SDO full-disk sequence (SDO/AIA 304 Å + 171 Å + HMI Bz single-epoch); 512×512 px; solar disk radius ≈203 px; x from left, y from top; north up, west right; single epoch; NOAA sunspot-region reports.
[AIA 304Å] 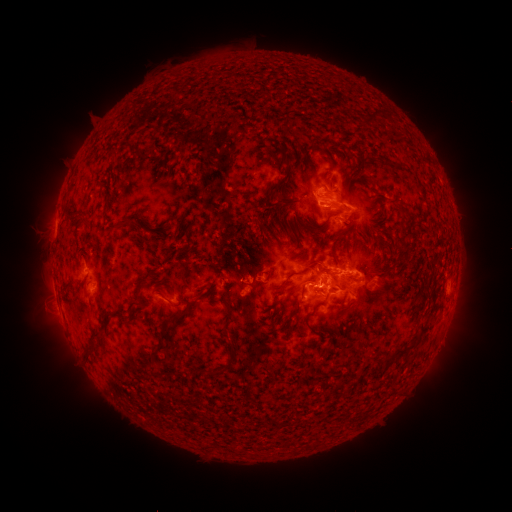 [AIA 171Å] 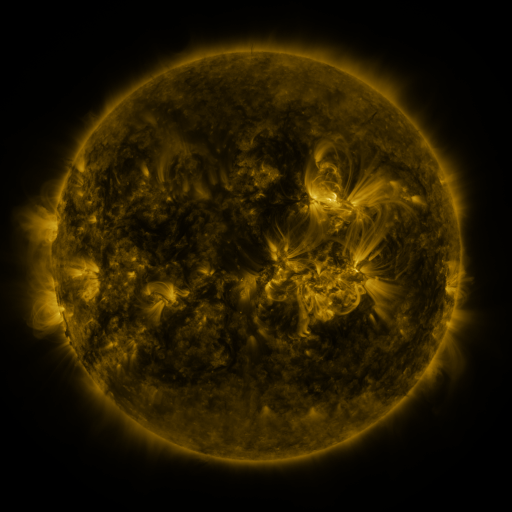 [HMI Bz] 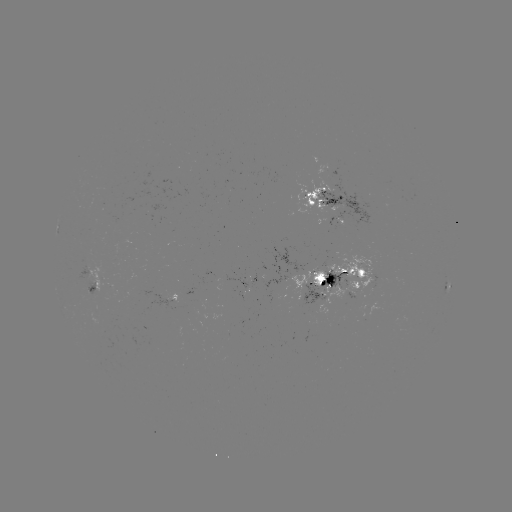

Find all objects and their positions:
spotted active region: (331, 203)
spotted active region: (337, 278)
spotted active region: (84, 283)
spotted active region: (446, 288)
spotted active region: (170, 299)
